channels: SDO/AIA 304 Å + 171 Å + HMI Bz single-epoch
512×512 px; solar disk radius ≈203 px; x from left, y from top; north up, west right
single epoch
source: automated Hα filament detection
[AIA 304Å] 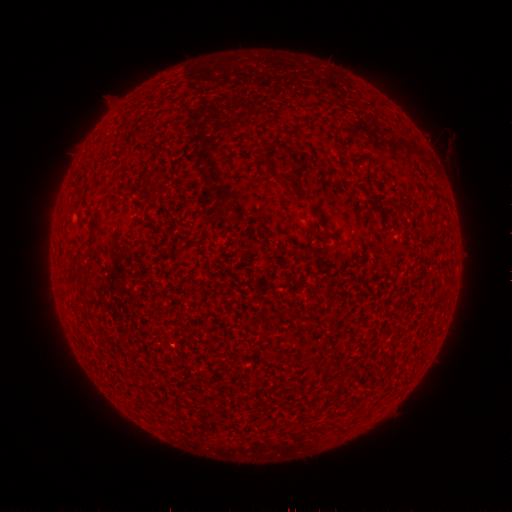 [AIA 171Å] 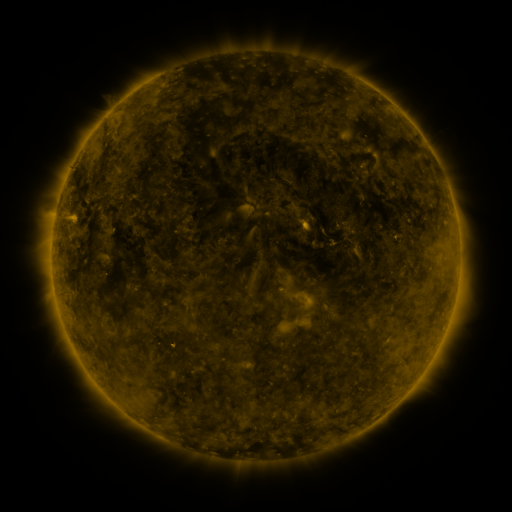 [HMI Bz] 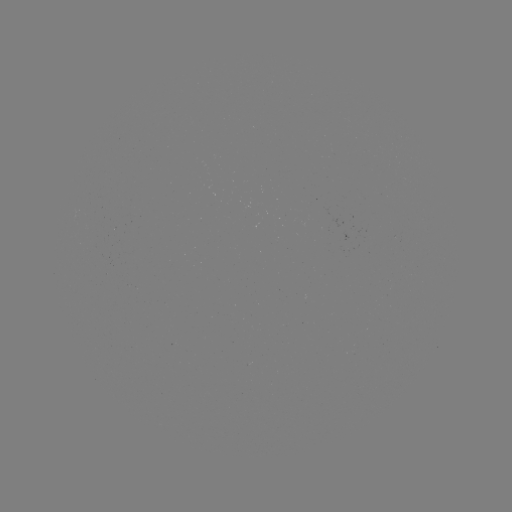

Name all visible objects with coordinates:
filament: (292, 182)
filament: (78, 194)
filament: (170, 393)
